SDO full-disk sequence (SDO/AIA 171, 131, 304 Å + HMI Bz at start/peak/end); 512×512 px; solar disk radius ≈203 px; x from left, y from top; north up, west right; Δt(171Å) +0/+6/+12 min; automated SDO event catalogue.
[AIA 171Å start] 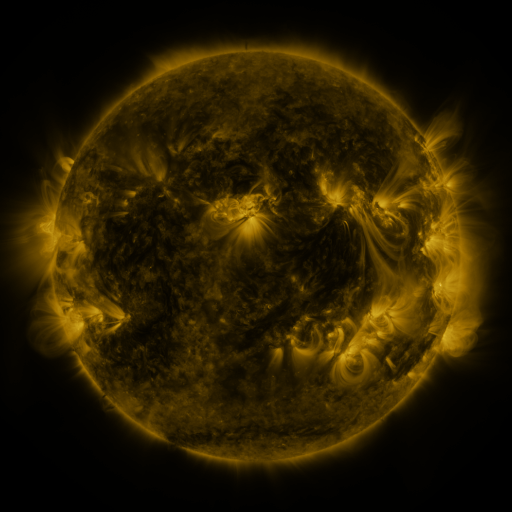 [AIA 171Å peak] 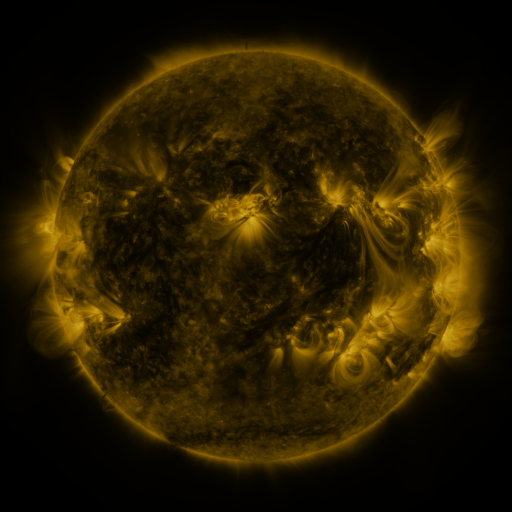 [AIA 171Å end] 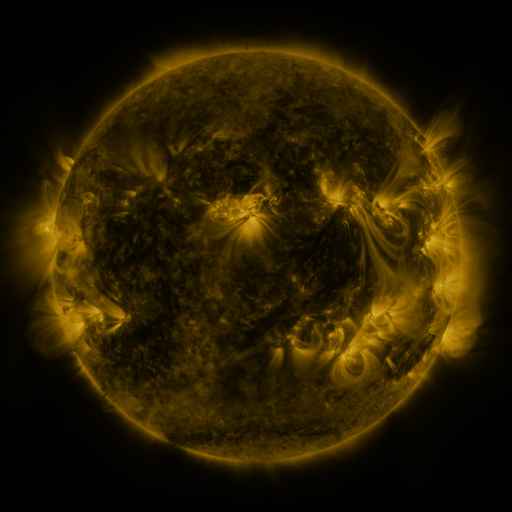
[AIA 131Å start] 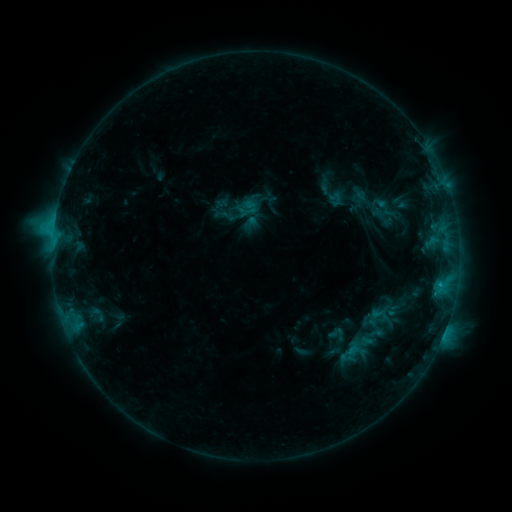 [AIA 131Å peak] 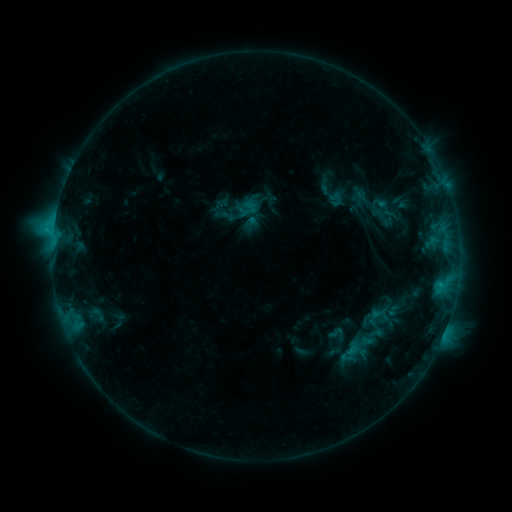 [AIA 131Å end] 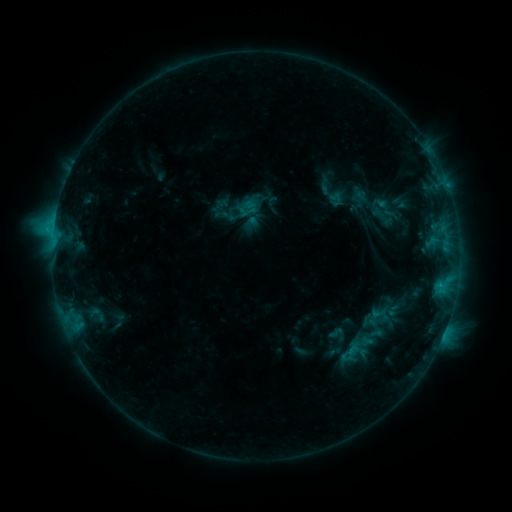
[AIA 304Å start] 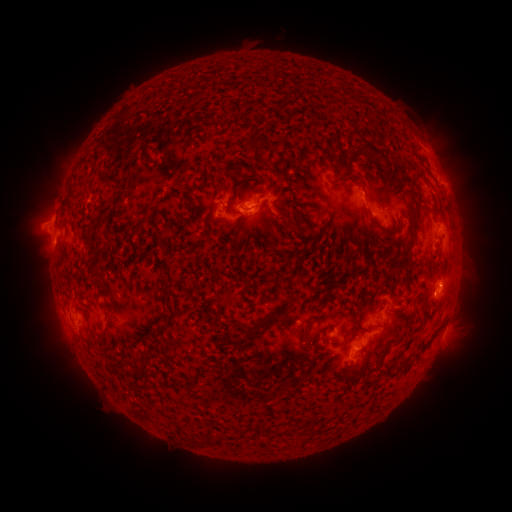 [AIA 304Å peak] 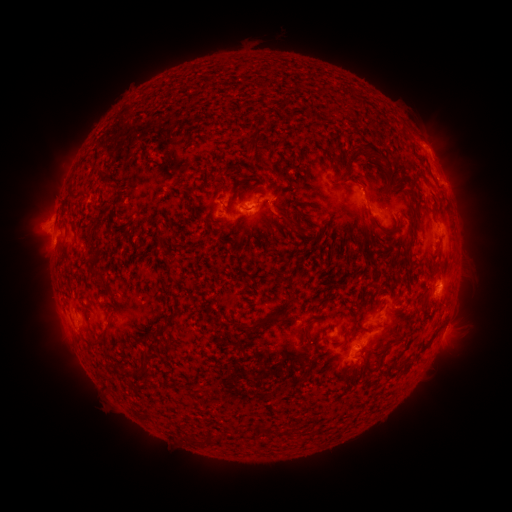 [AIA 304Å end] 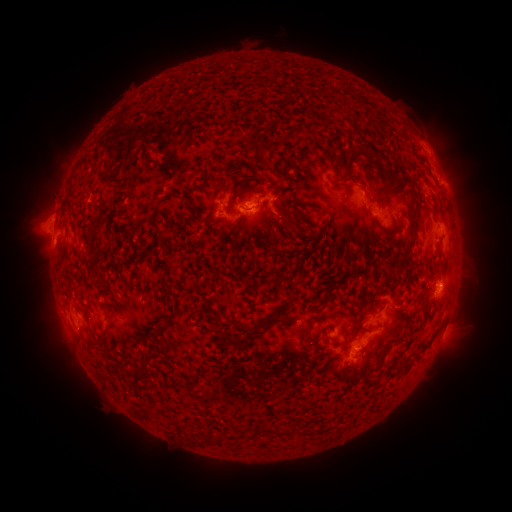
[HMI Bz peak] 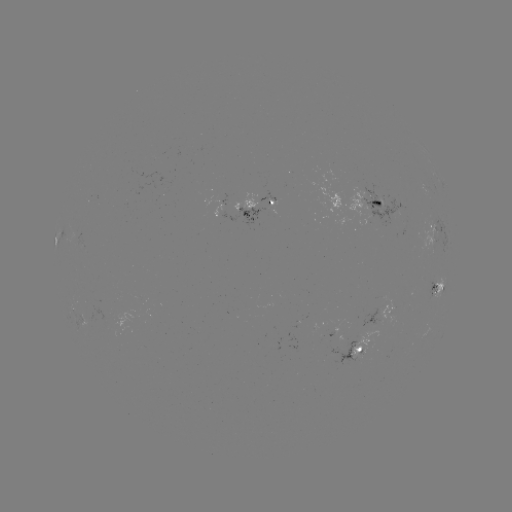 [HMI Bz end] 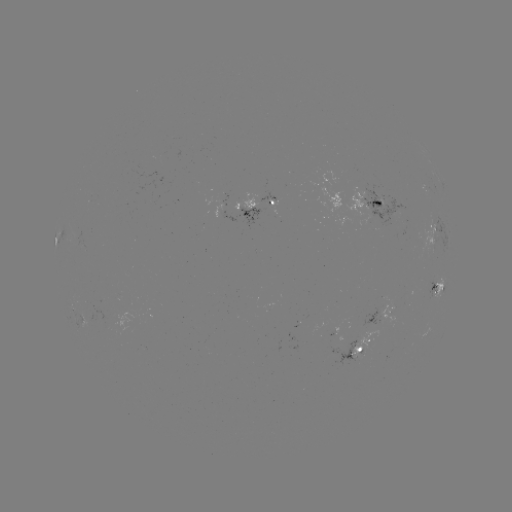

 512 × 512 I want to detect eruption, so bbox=[405, 113, 453, 164].